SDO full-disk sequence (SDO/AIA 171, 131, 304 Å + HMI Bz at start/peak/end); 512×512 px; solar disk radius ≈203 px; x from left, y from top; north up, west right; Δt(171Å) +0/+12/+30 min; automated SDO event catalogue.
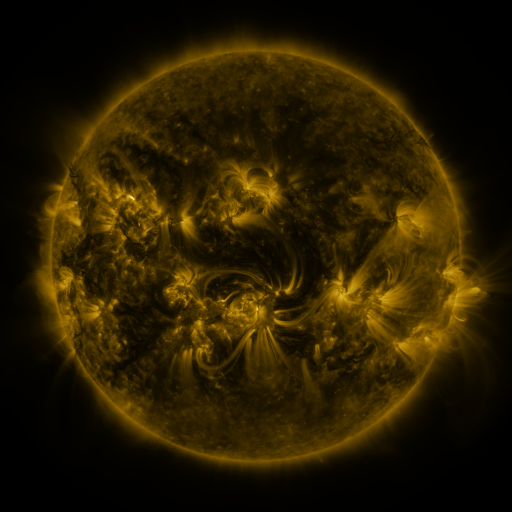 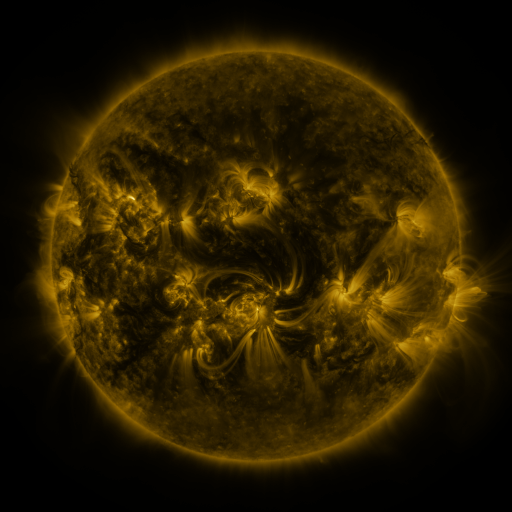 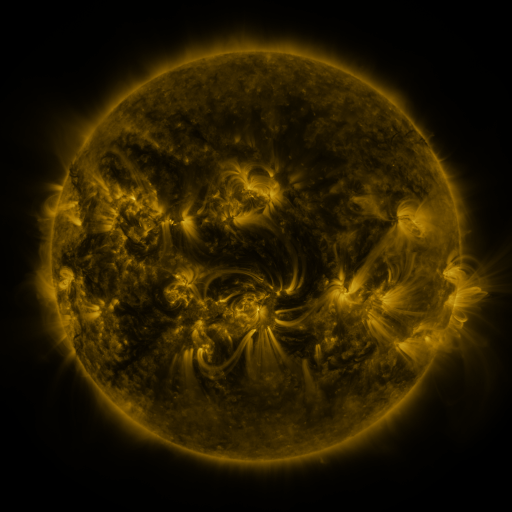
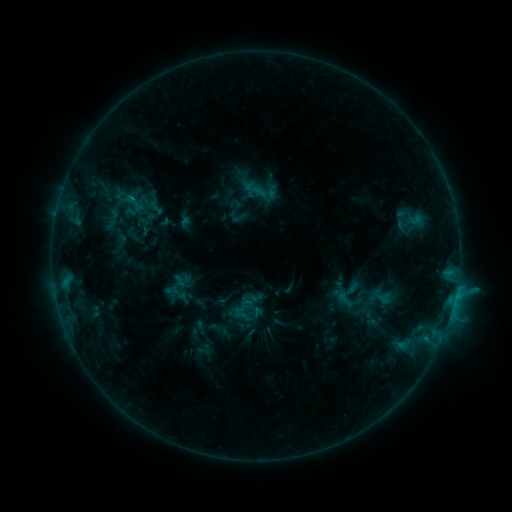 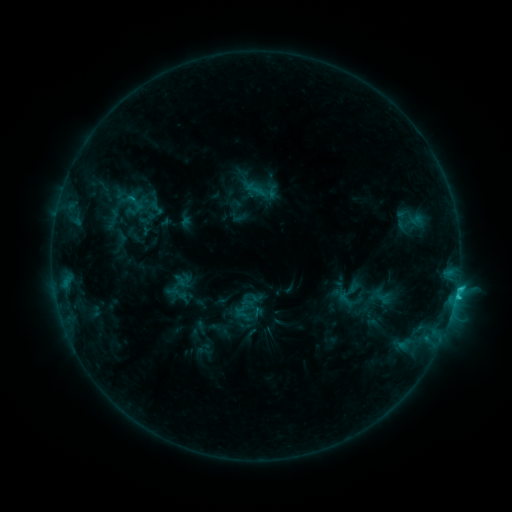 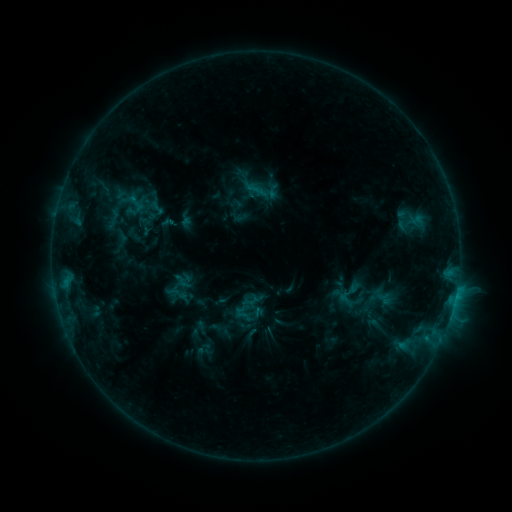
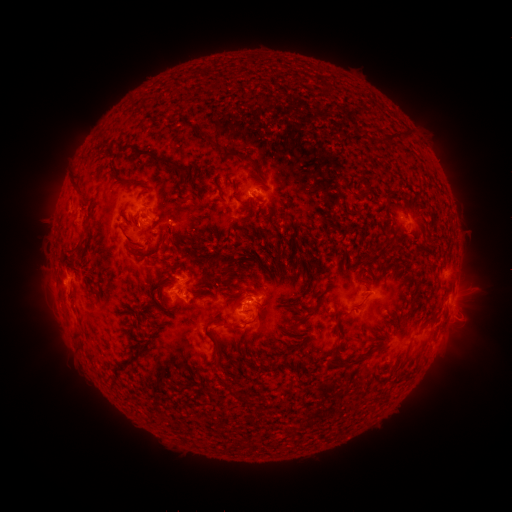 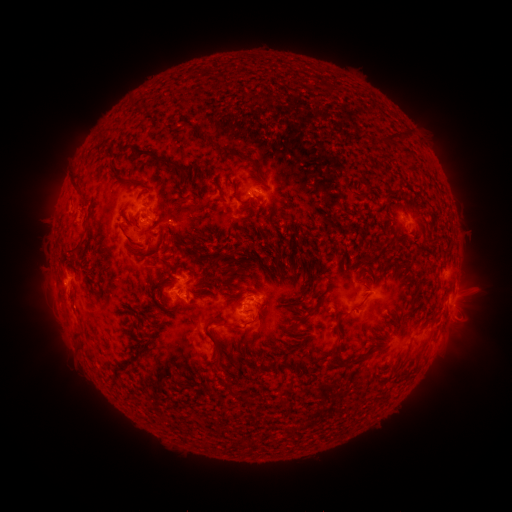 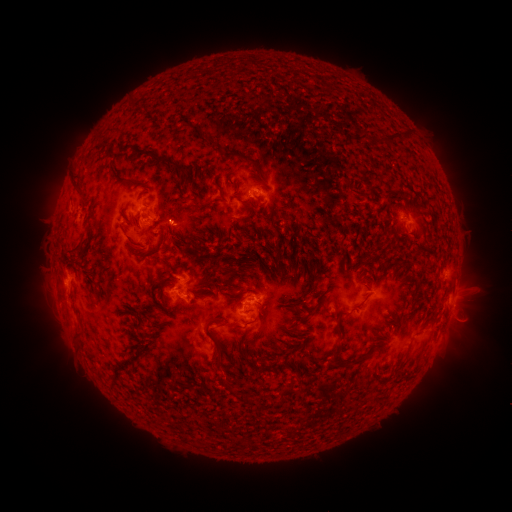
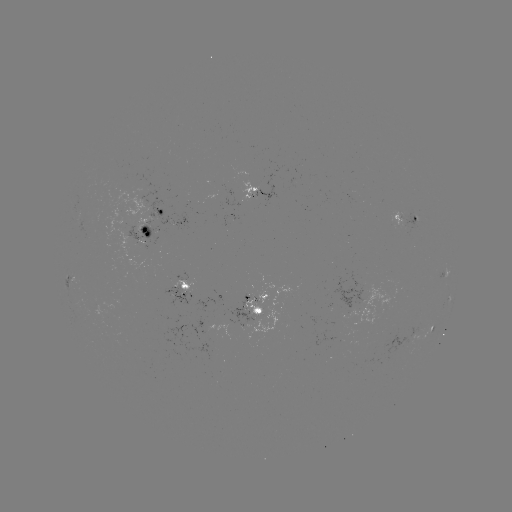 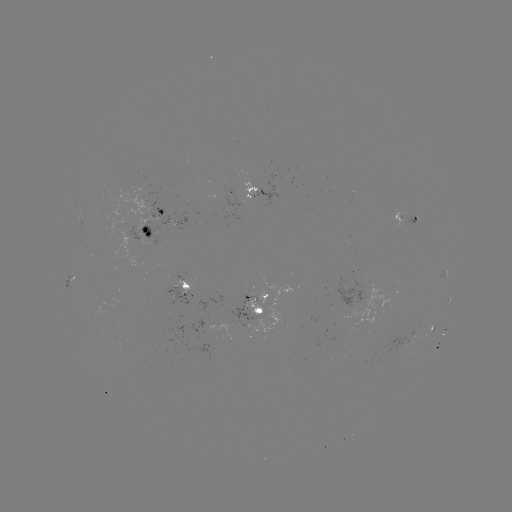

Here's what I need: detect C1.7 flare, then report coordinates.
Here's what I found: C1.7 flare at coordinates (455, 294).